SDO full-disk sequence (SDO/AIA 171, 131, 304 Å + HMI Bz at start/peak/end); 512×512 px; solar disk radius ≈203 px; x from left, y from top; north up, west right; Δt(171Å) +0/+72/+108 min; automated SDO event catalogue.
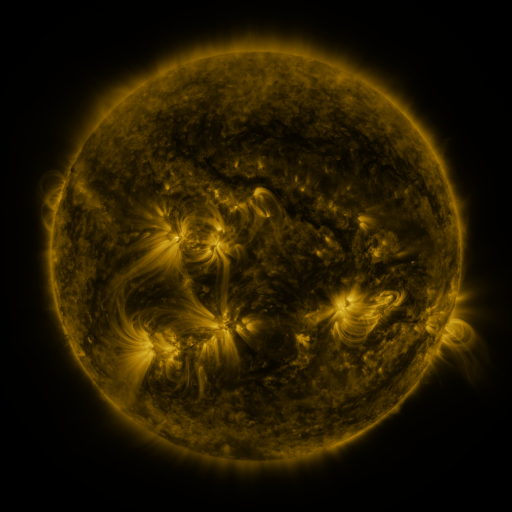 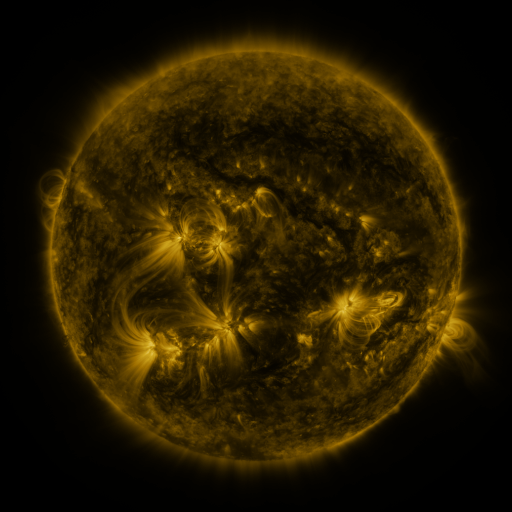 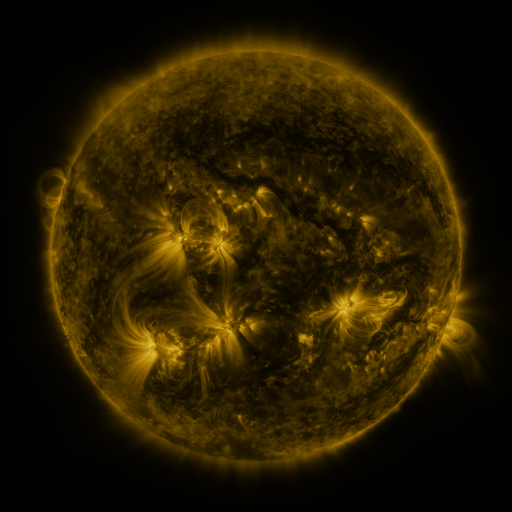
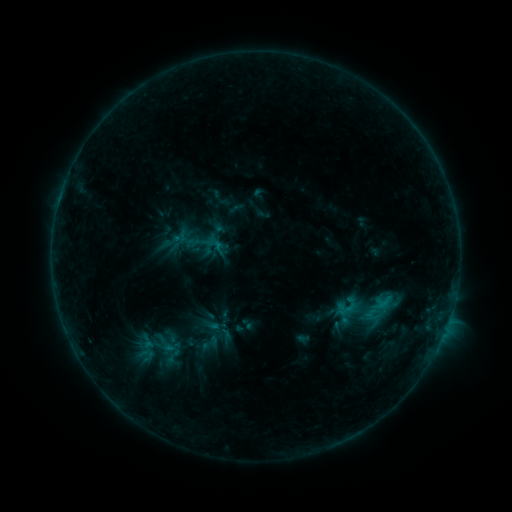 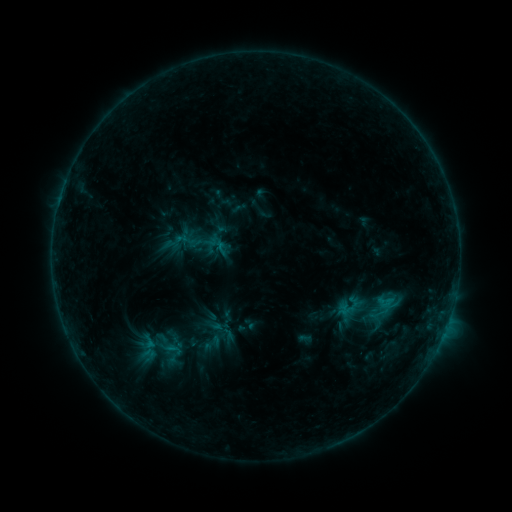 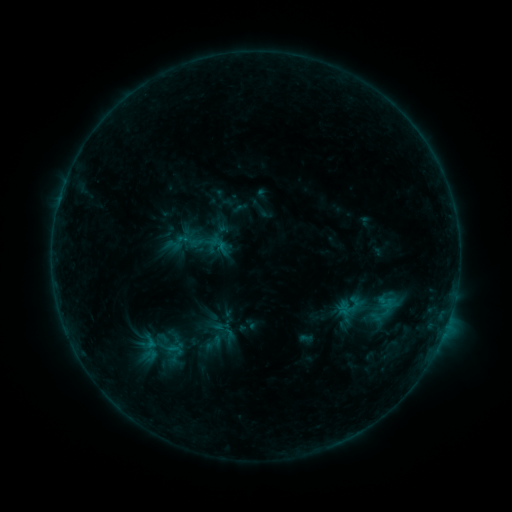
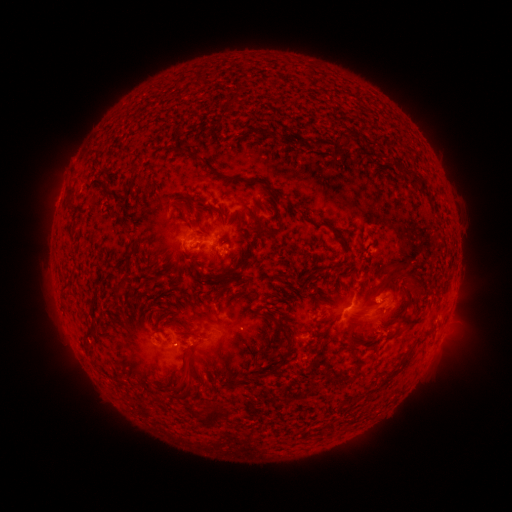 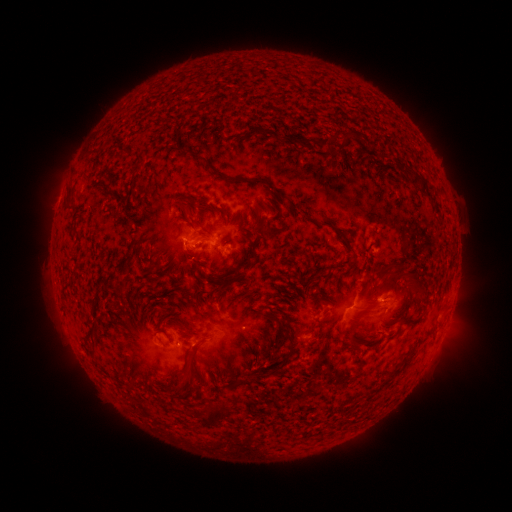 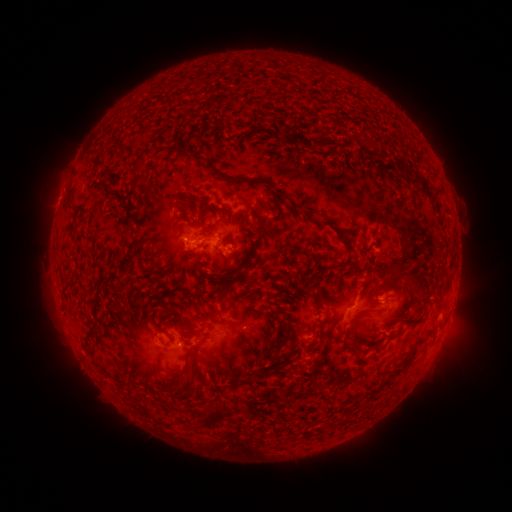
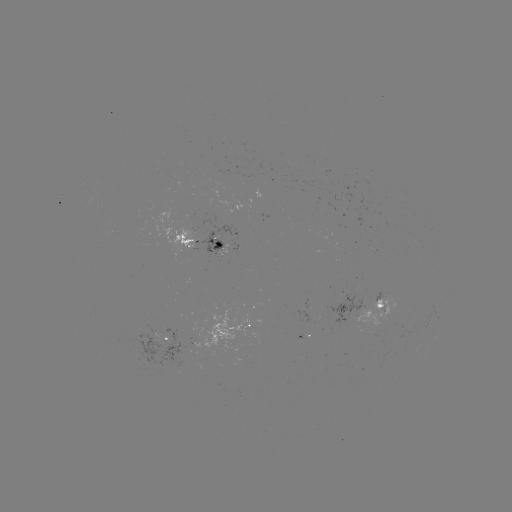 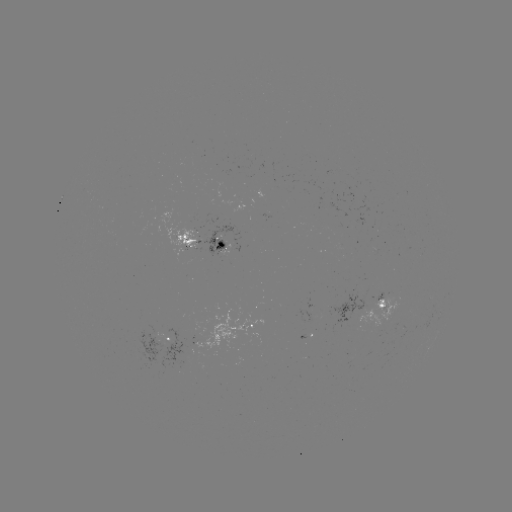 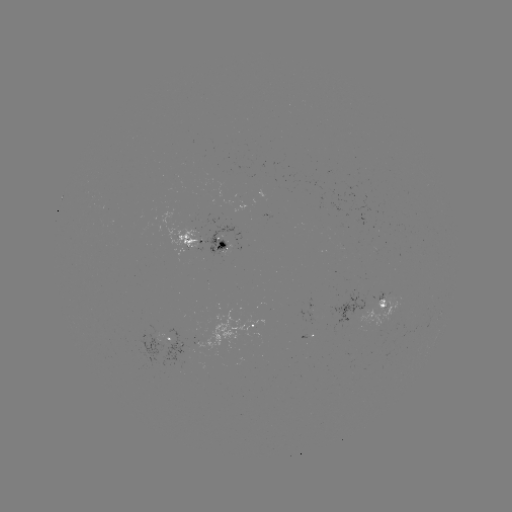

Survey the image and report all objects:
emerging-flux region: (184, 242)
